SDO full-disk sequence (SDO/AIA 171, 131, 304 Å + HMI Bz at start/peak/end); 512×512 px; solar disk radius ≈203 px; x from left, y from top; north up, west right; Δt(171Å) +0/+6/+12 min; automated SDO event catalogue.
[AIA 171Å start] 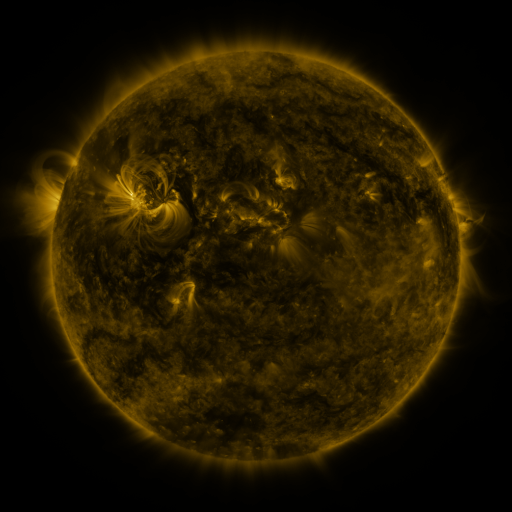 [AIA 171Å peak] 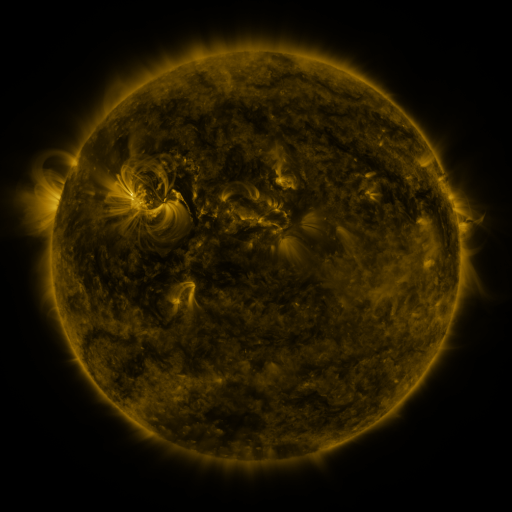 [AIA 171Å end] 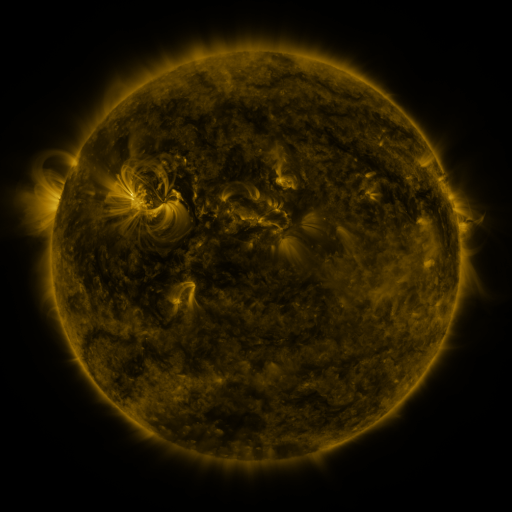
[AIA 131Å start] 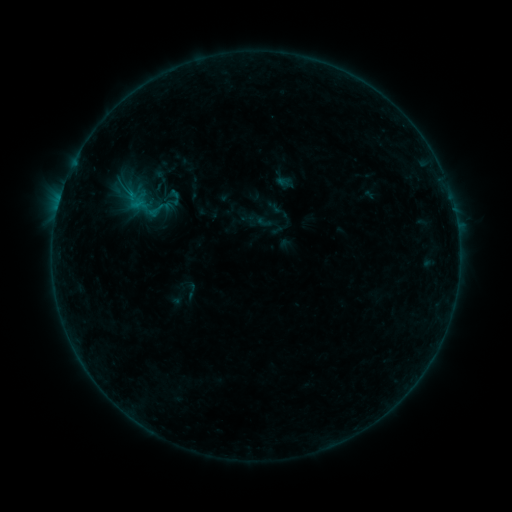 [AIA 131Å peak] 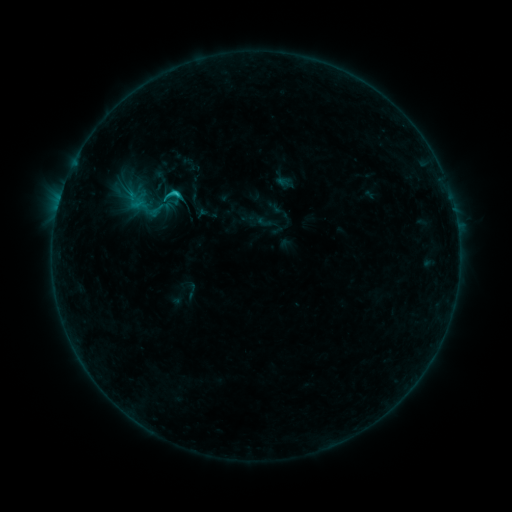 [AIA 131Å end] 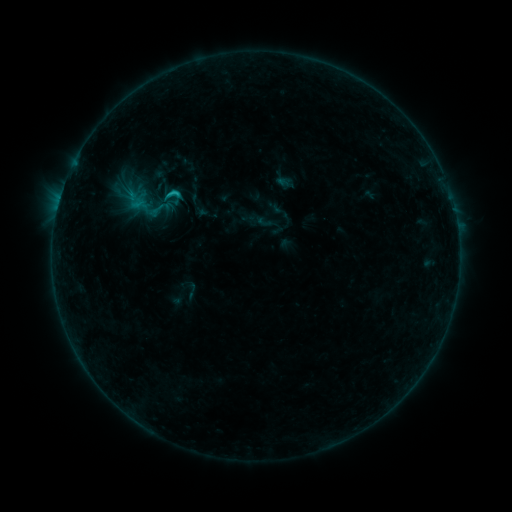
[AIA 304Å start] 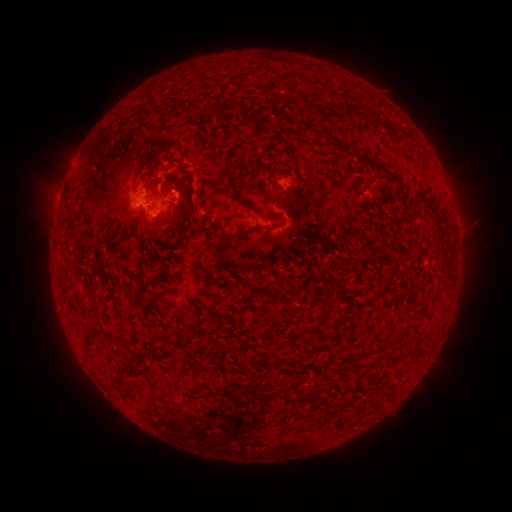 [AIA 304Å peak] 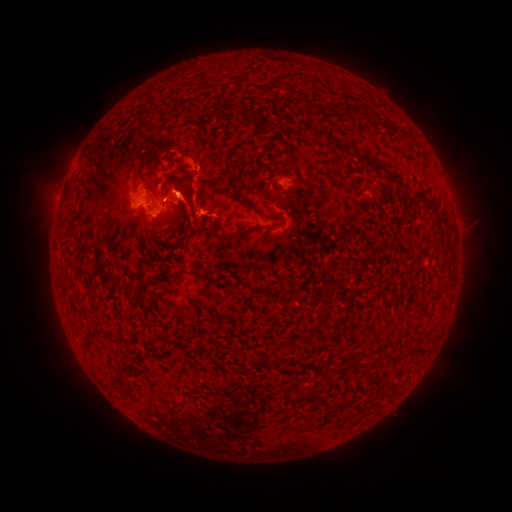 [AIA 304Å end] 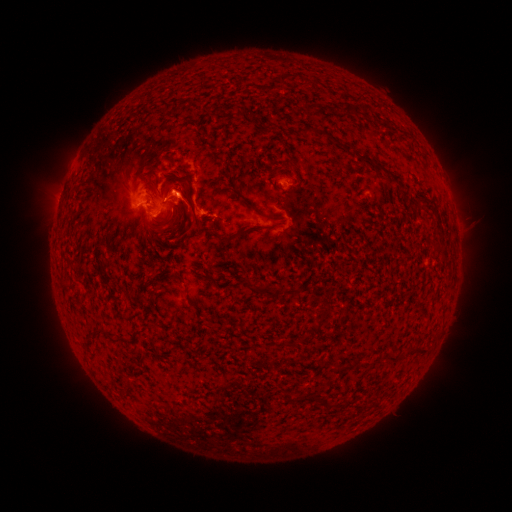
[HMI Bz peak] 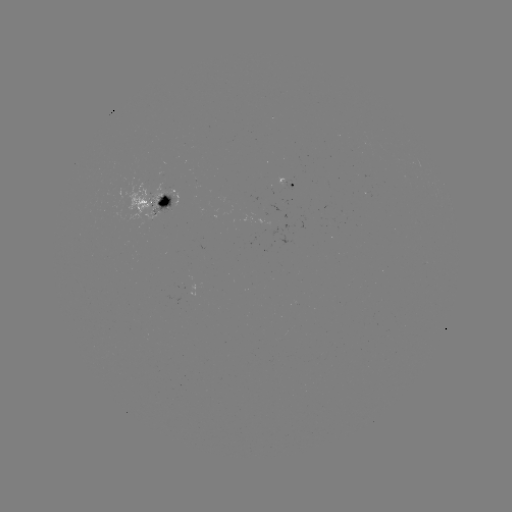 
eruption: <bbox>138, 166, 209, 247</bbox>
